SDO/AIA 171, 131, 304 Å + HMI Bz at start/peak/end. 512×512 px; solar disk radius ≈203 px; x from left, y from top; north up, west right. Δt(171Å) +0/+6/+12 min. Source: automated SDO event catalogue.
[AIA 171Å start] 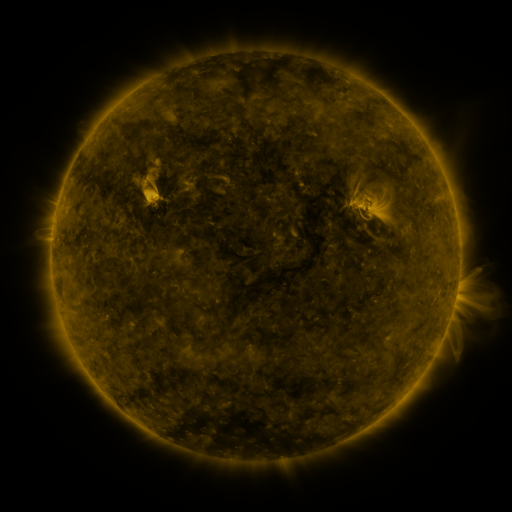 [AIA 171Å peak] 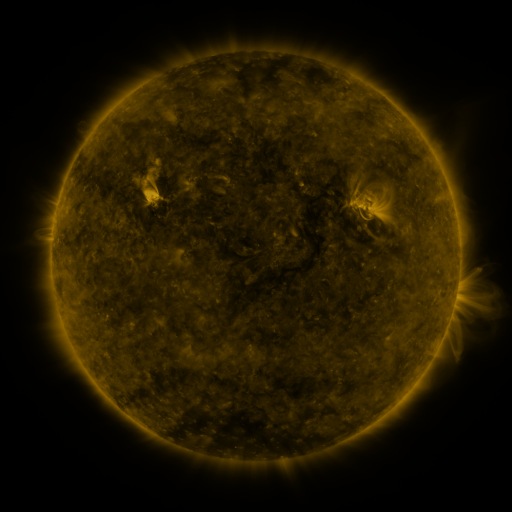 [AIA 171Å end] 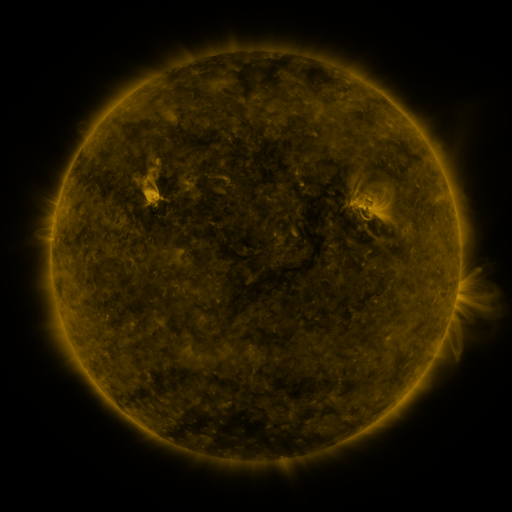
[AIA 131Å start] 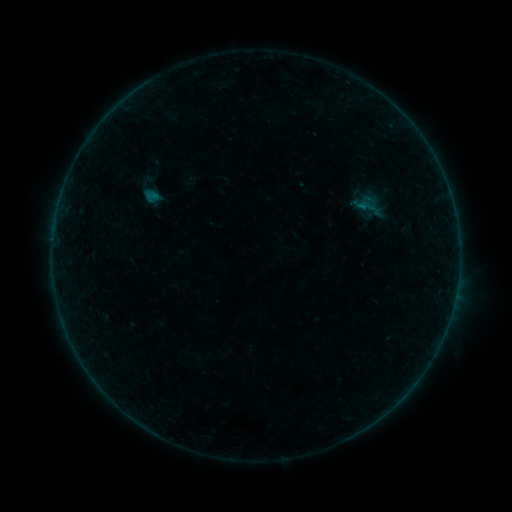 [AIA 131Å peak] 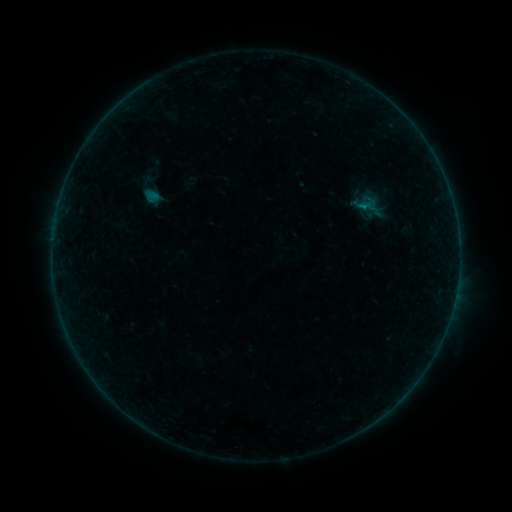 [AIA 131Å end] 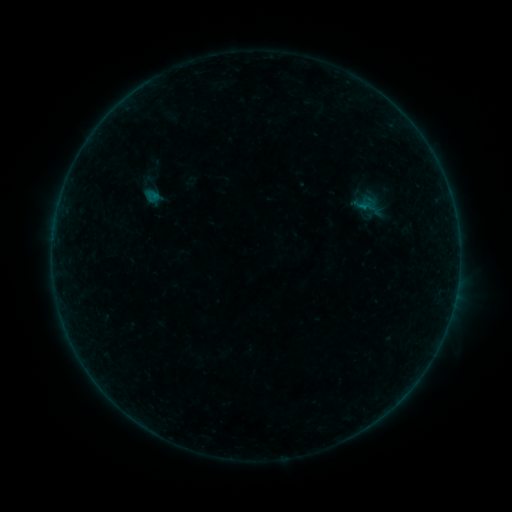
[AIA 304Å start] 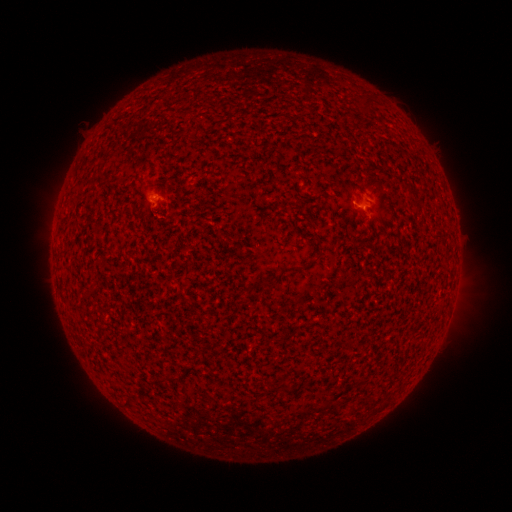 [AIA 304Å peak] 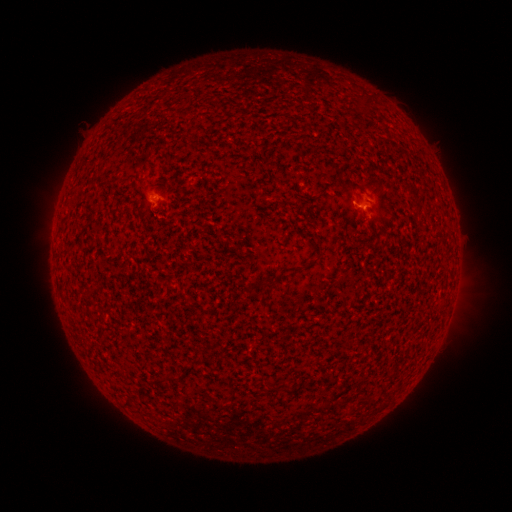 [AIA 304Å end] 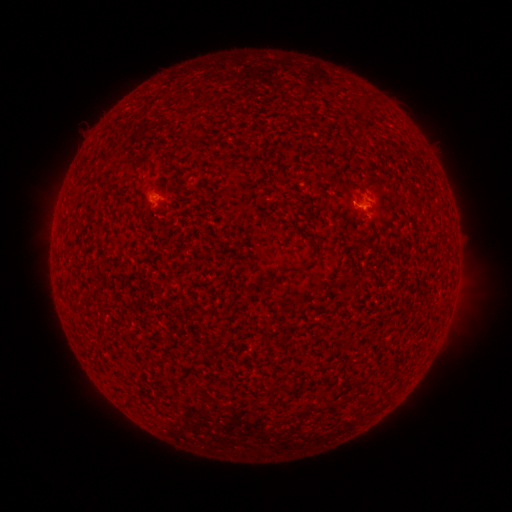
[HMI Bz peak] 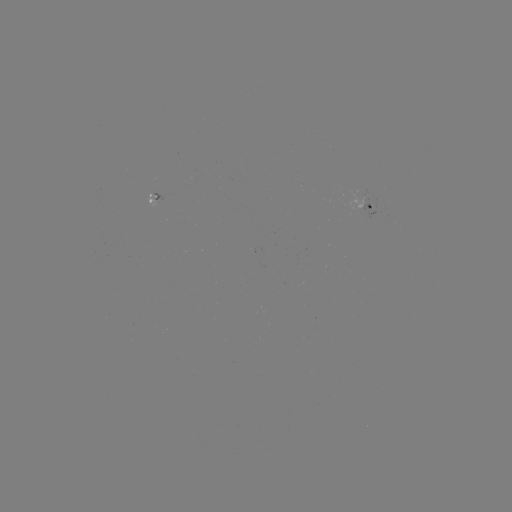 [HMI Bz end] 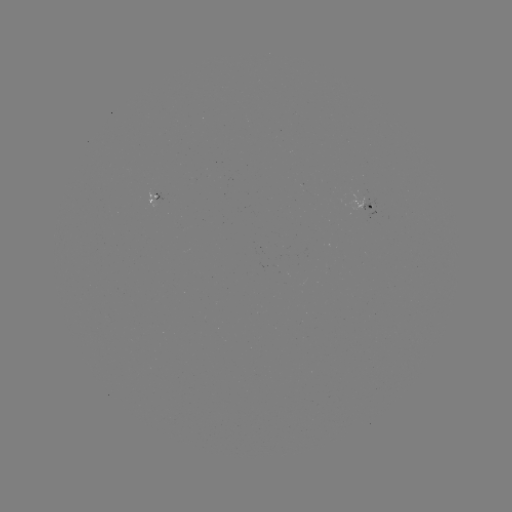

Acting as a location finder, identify B1.7 flare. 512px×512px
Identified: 362,209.